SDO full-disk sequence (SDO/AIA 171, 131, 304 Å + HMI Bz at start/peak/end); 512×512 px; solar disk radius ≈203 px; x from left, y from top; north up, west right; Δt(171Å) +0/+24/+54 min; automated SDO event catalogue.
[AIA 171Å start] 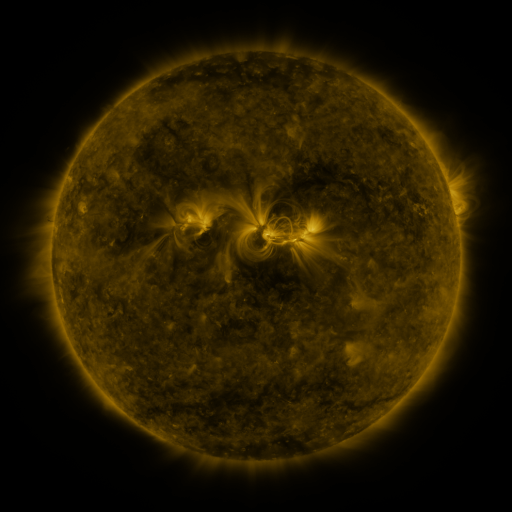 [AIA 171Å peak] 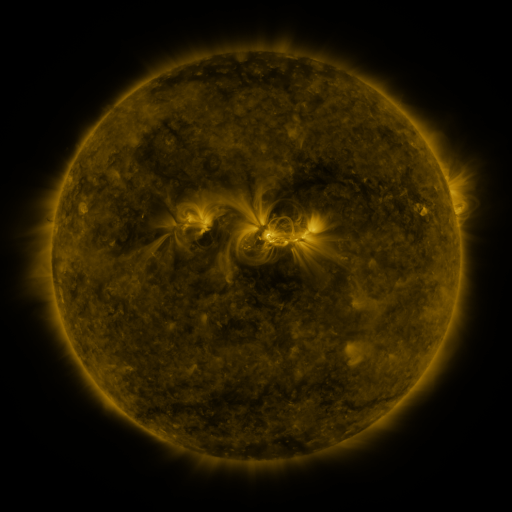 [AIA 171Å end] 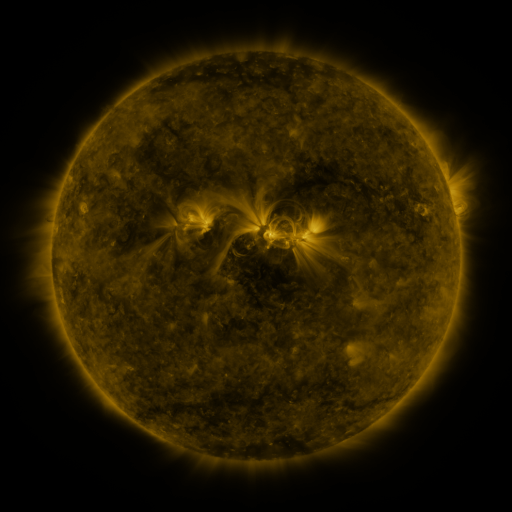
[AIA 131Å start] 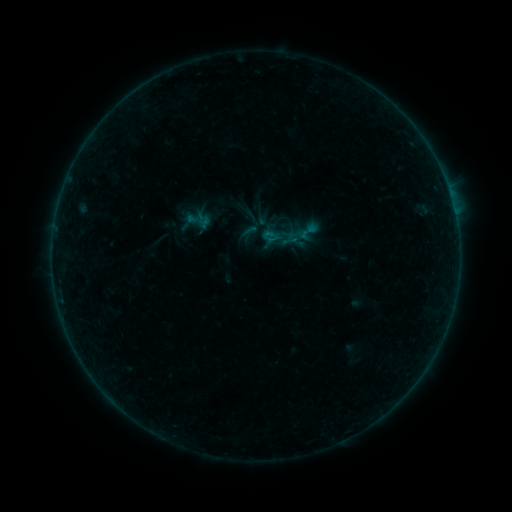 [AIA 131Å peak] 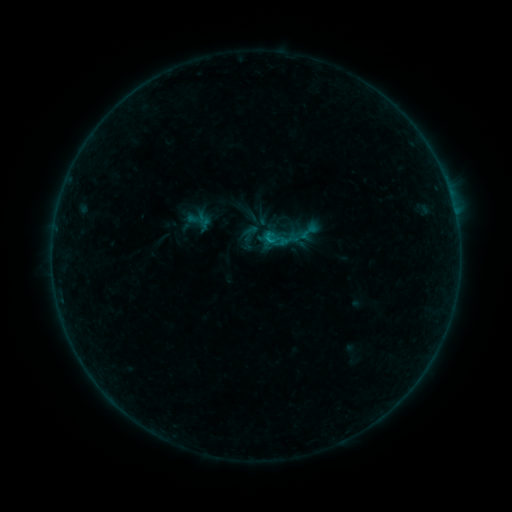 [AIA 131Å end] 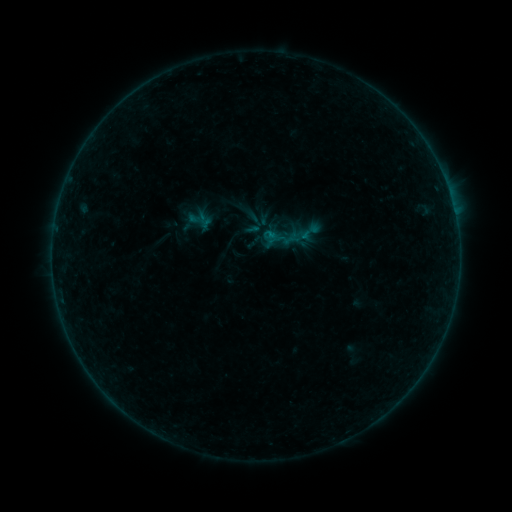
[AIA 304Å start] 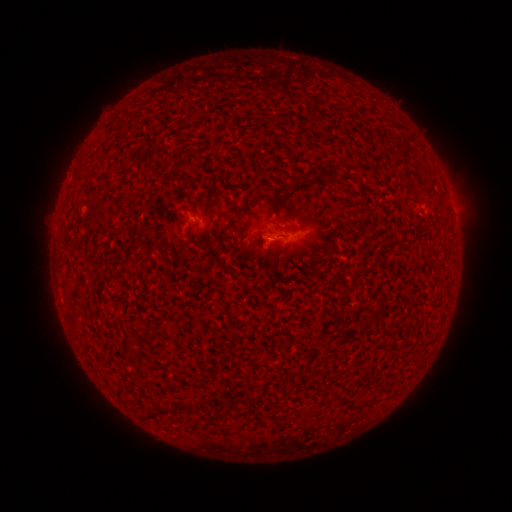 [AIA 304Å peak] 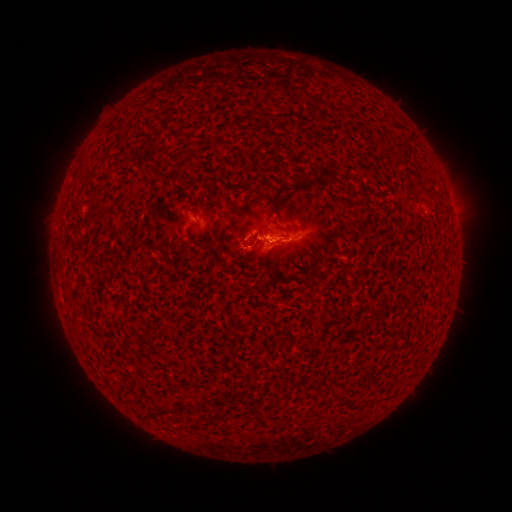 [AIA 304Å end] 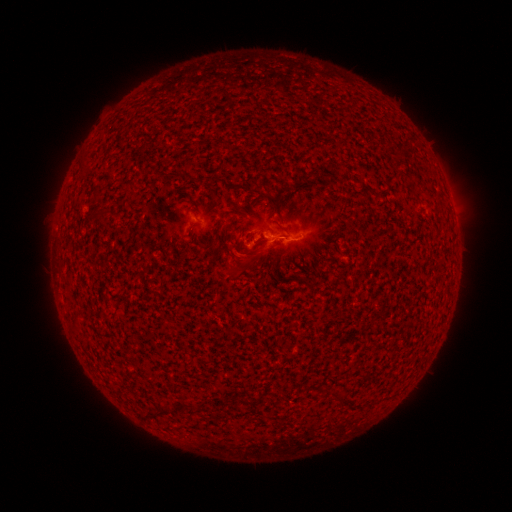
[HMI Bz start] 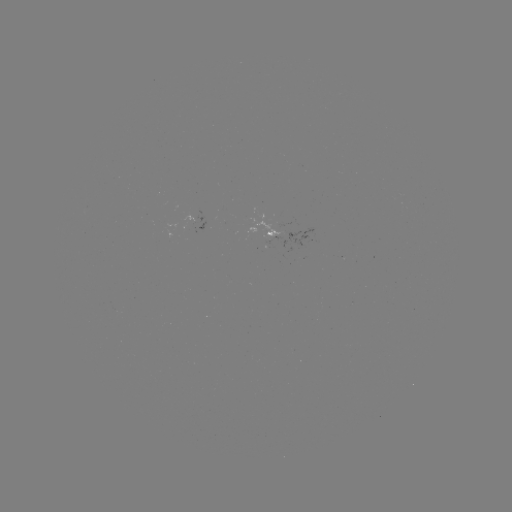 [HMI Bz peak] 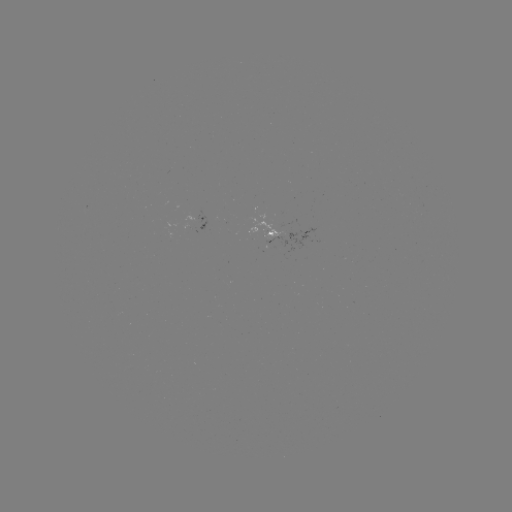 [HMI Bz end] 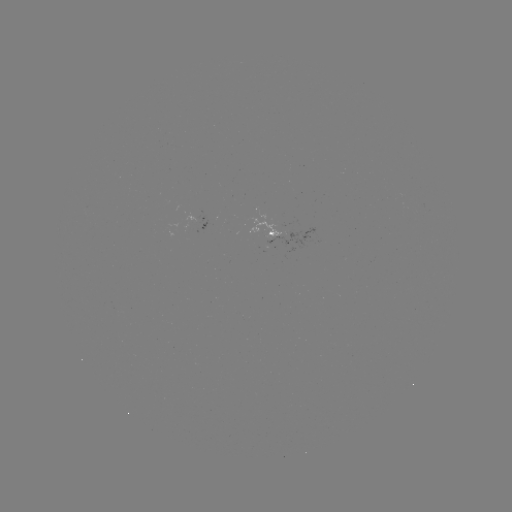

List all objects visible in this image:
eruption: (261, 249)
